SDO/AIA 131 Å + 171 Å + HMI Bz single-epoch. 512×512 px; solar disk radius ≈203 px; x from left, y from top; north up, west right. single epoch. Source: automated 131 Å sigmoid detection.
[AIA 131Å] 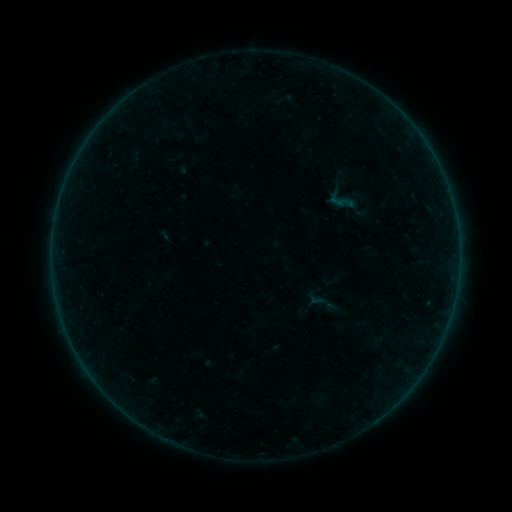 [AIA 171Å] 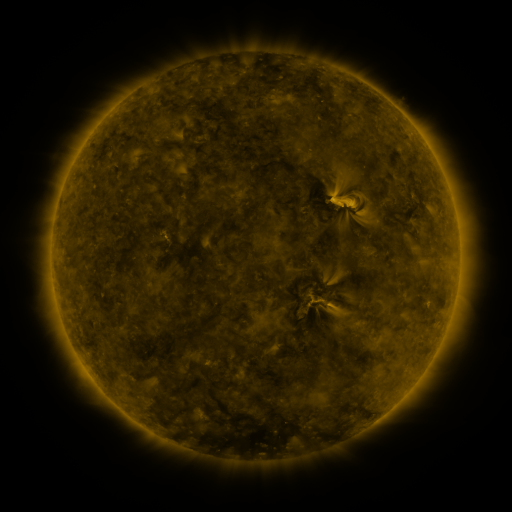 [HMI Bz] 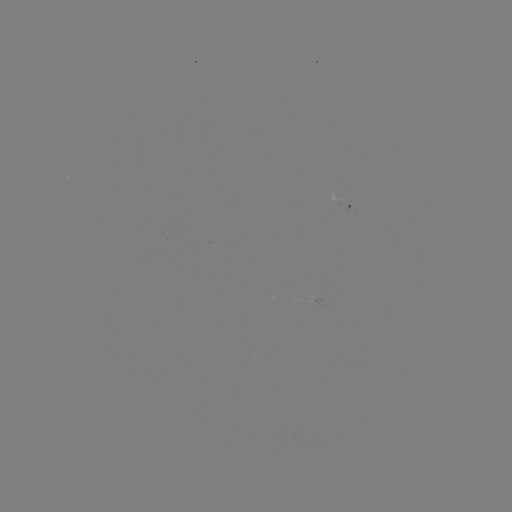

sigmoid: (324, 183, 359, 218)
